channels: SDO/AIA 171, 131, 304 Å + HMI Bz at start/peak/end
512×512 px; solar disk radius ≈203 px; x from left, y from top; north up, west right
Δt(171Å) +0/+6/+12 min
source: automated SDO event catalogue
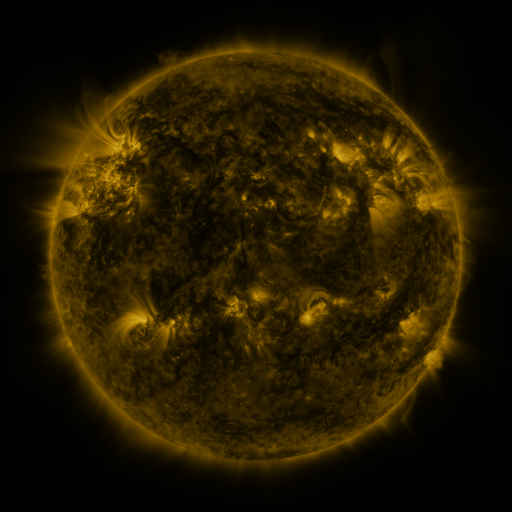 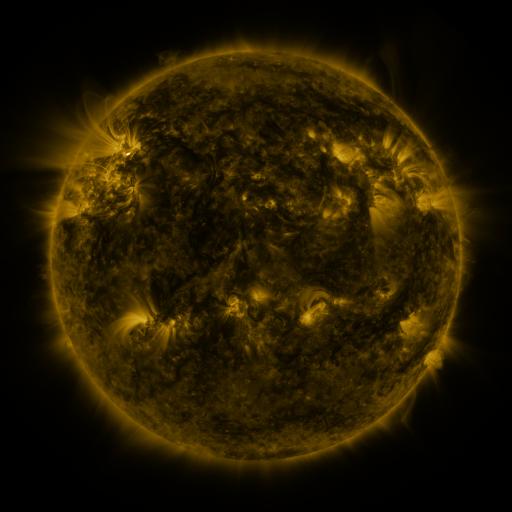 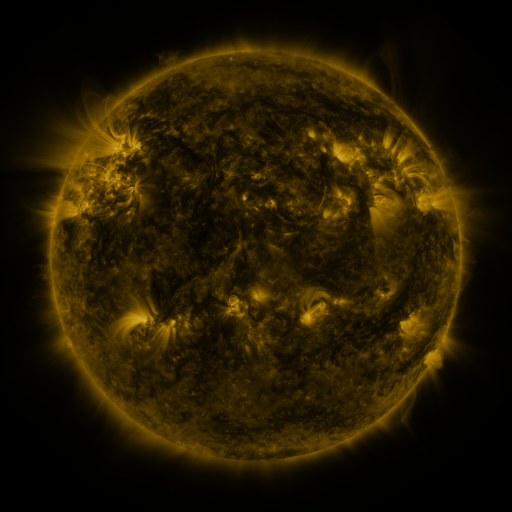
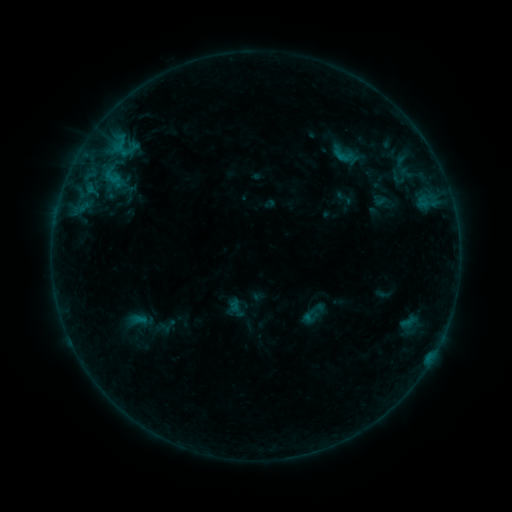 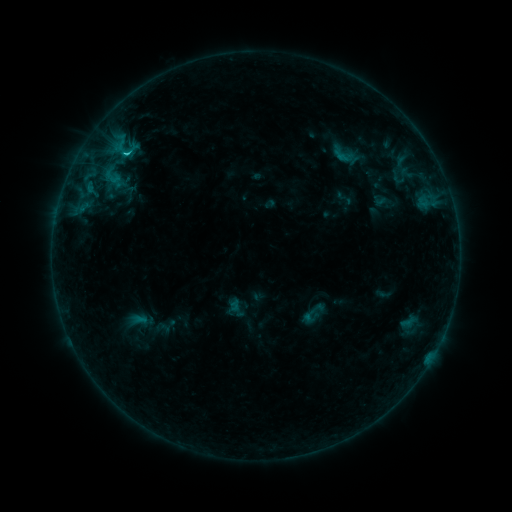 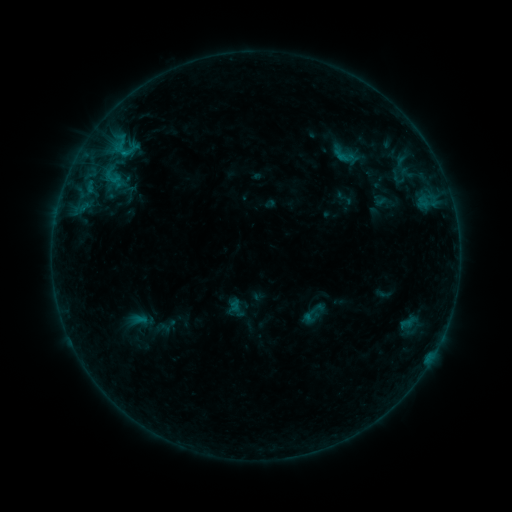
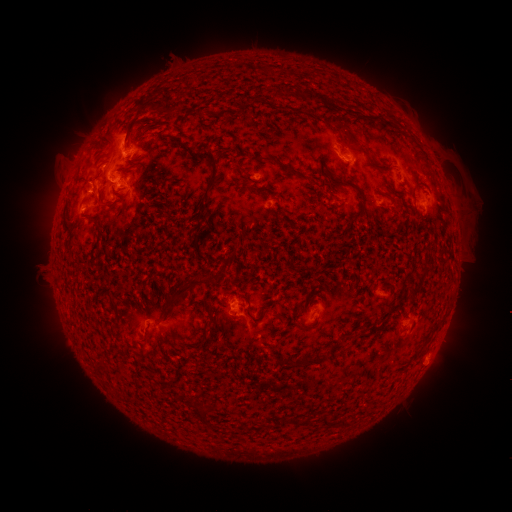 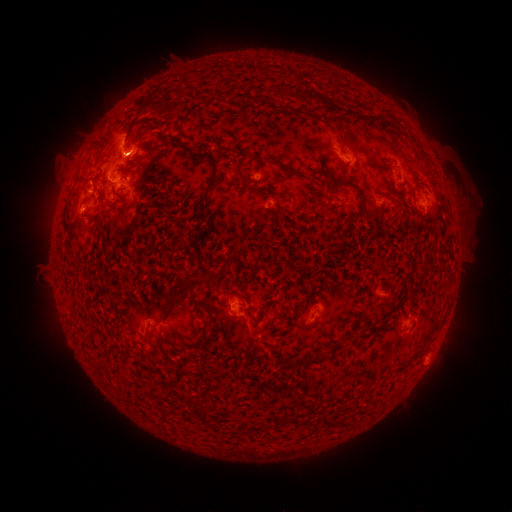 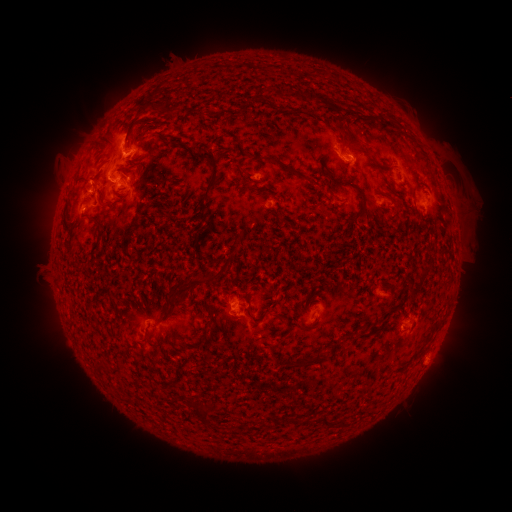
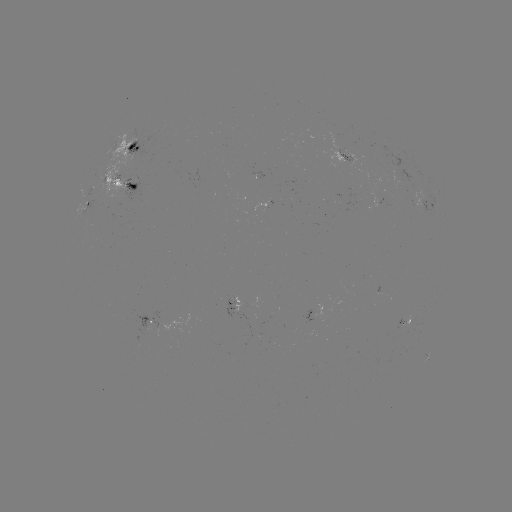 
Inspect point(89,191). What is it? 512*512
C1.4 flare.